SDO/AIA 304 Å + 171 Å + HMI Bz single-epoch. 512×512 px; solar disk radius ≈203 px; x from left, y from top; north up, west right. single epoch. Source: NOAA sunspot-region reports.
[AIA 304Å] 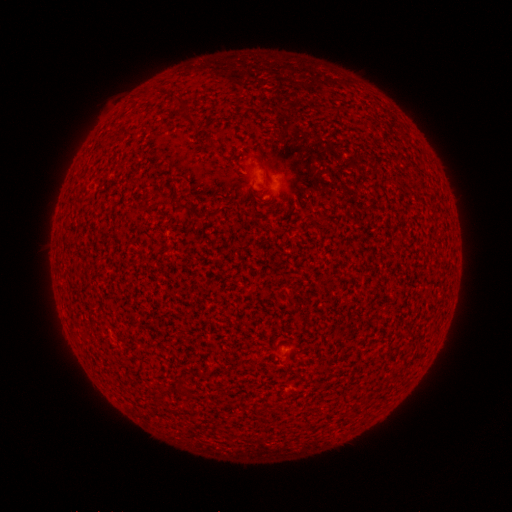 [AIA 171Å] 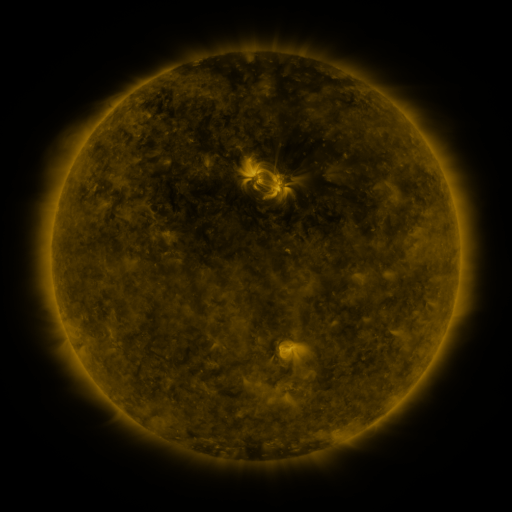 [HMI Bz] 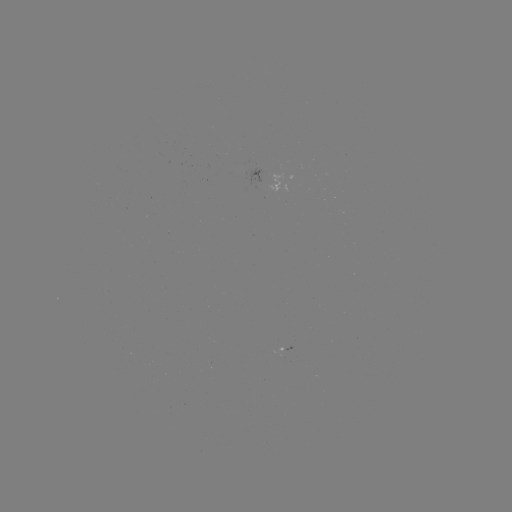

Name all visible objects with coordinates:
(none)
